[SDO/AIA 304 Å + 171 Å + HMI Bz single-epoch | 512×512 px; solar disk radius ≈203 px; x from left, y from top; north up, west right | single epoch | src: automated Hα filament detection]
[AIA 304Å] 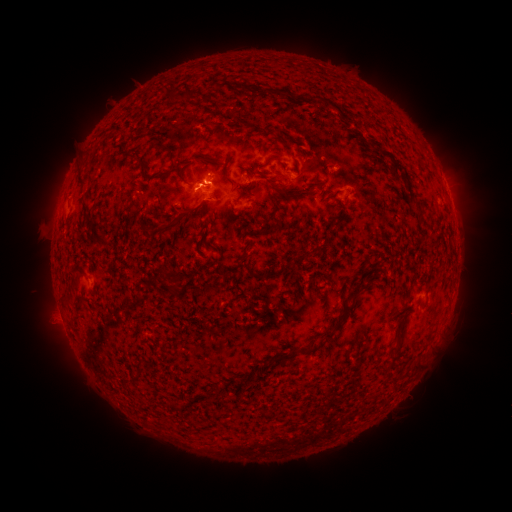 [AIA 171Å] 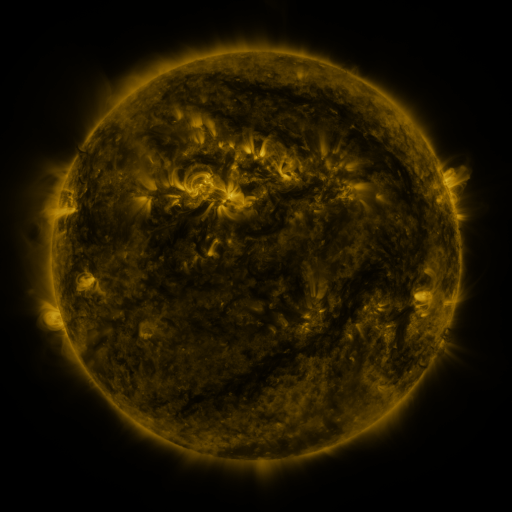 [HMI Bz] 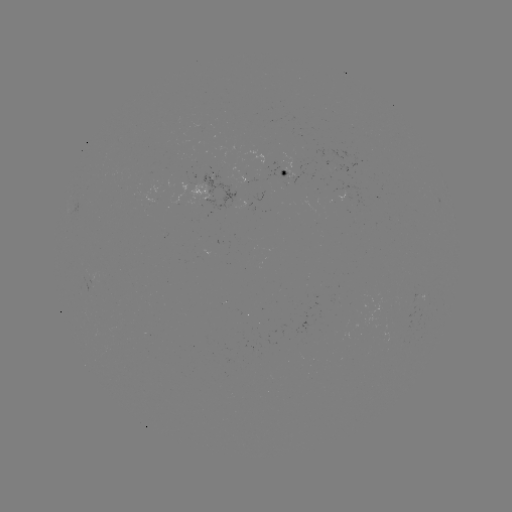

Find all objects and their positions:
filament: (80, 180)
filament: (288, 197)
filament: (177, 222)
filament: (275, 227)
filament: (274, 274)
filament: (256, 275)
filament: (347, 307)
filament: (329, 335)
filament: (287, 357)
filament: (417, 365)
